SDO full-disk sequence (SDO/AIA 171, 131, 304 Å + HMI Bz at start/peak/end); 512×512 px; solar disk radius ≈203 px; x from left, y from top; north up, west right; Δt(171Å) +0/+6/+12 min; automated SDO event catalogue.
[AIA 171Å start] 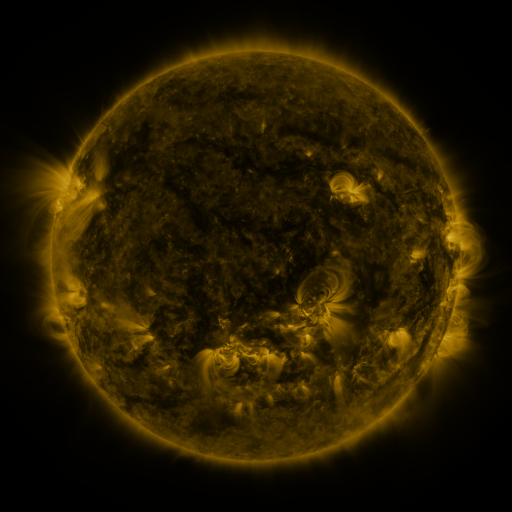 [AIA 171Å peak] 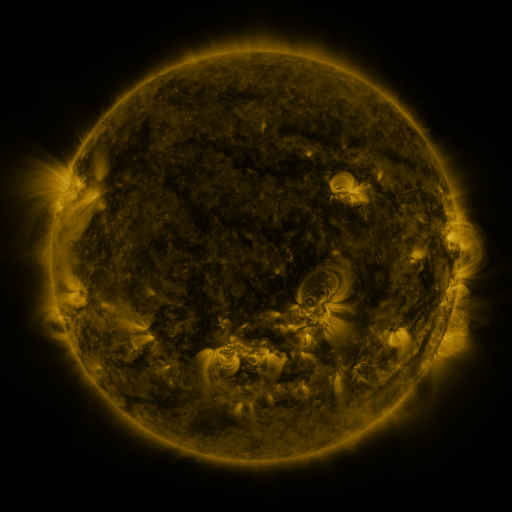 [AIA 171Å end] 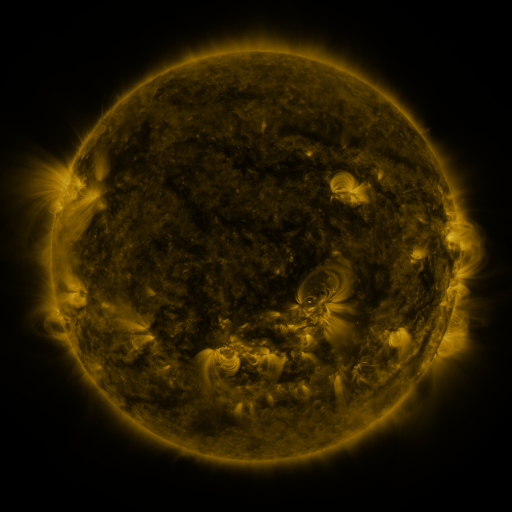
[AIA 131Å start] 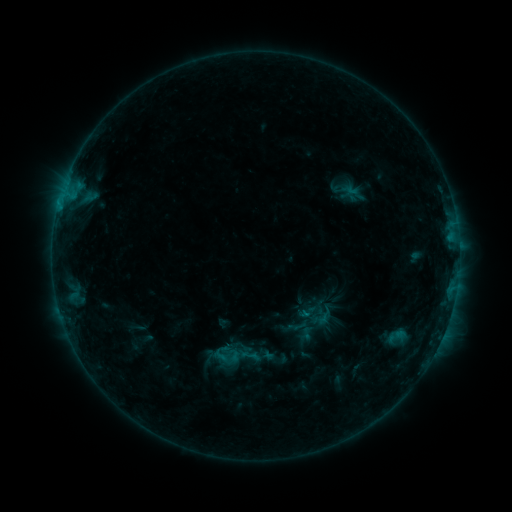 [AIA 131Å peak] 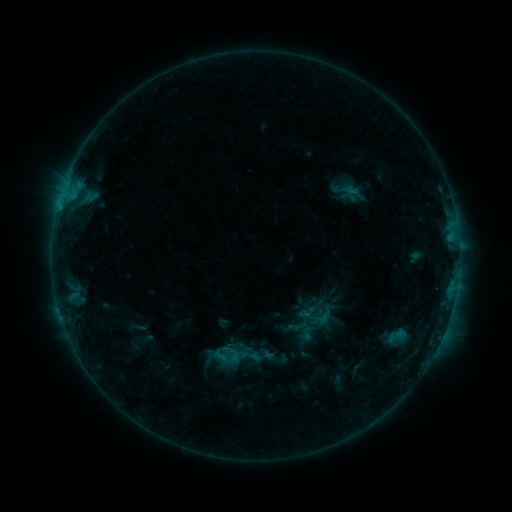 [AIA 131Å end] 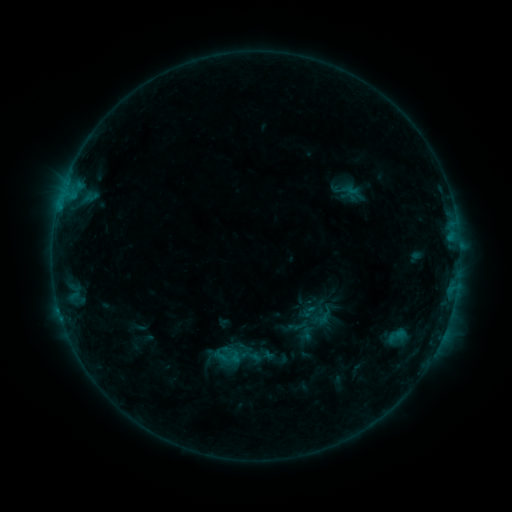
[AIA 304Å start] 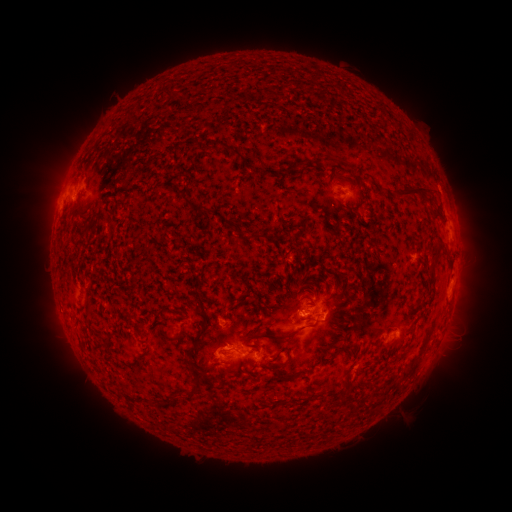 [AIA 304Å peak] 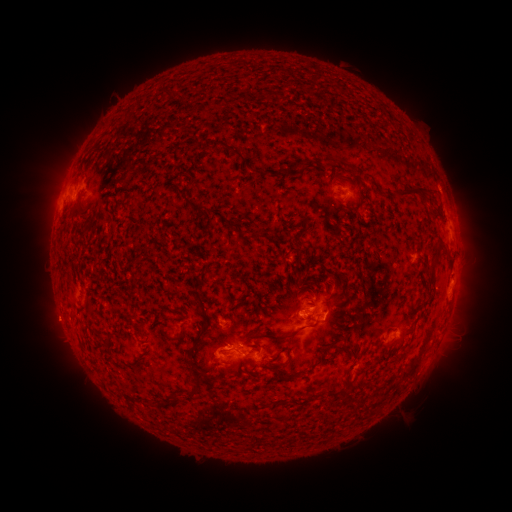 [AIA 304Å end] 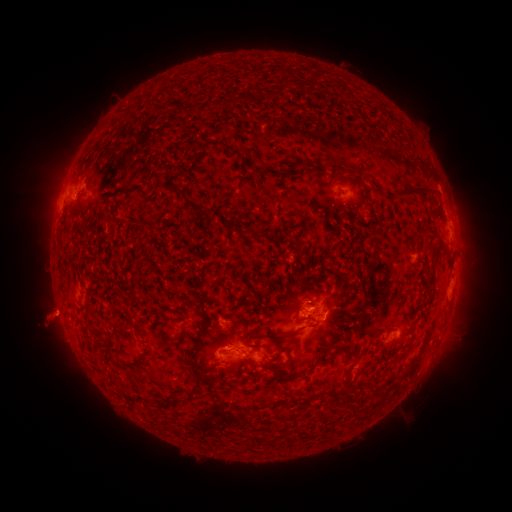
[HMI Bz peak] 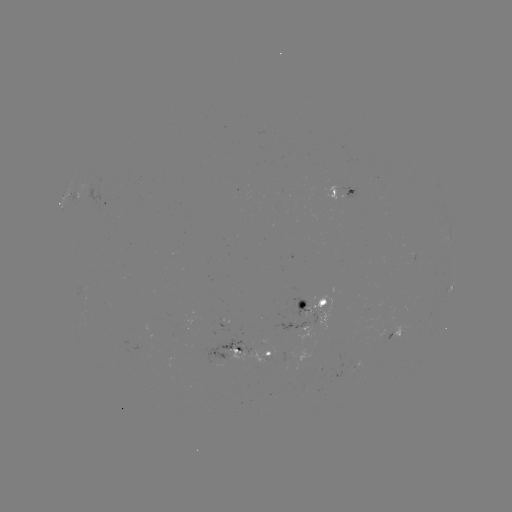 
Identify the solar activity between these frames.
eruption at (97, 321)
